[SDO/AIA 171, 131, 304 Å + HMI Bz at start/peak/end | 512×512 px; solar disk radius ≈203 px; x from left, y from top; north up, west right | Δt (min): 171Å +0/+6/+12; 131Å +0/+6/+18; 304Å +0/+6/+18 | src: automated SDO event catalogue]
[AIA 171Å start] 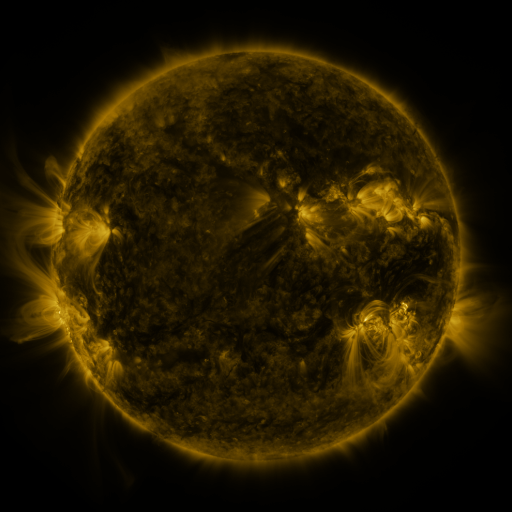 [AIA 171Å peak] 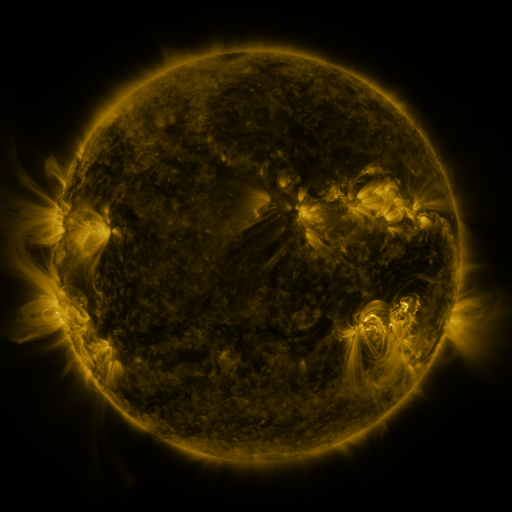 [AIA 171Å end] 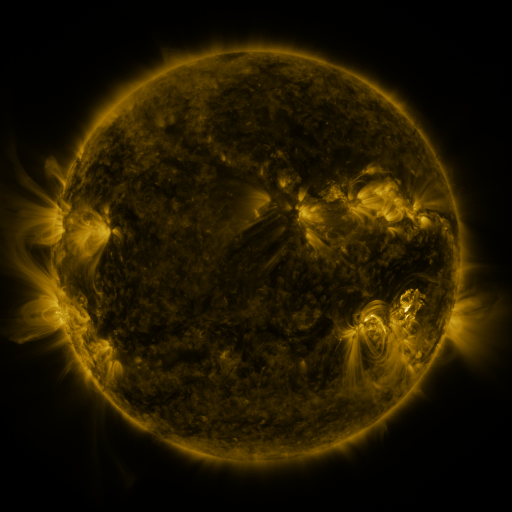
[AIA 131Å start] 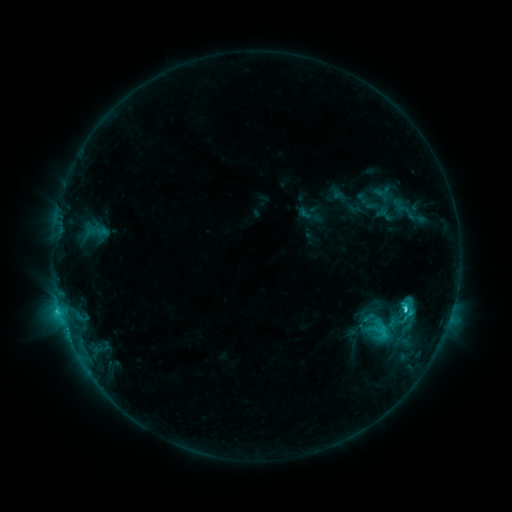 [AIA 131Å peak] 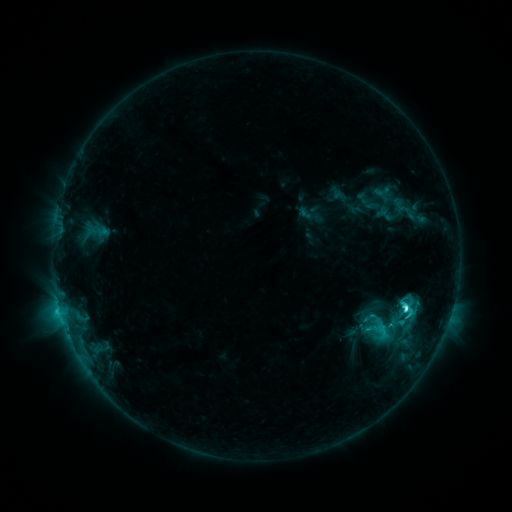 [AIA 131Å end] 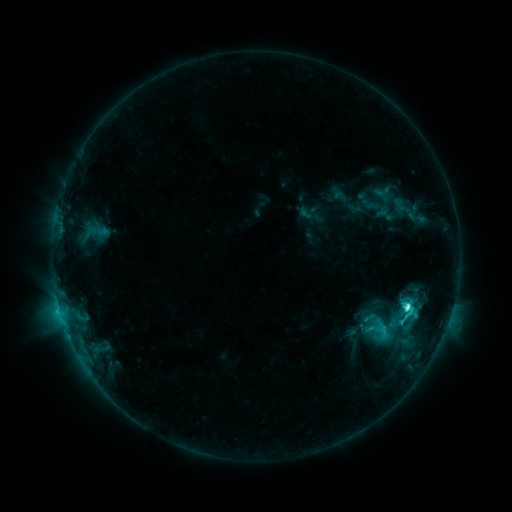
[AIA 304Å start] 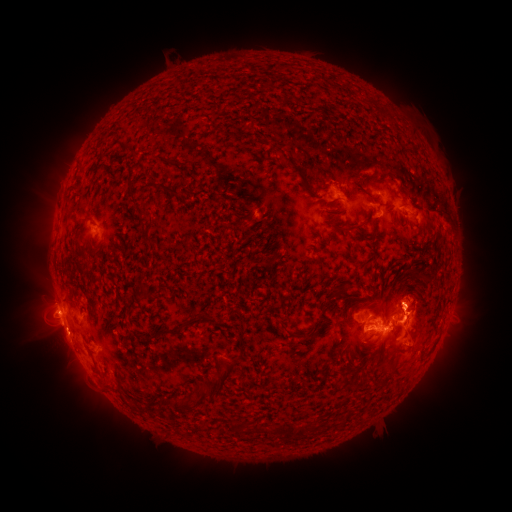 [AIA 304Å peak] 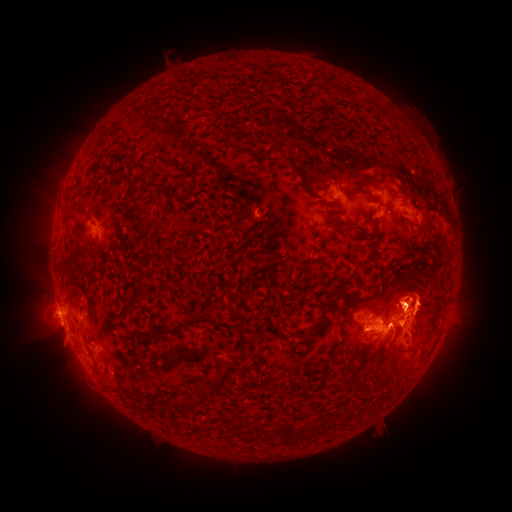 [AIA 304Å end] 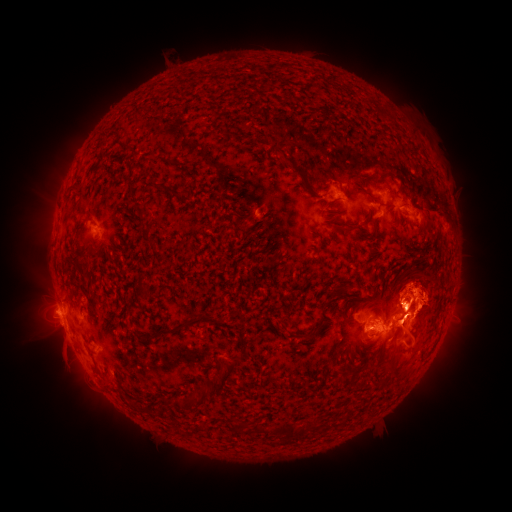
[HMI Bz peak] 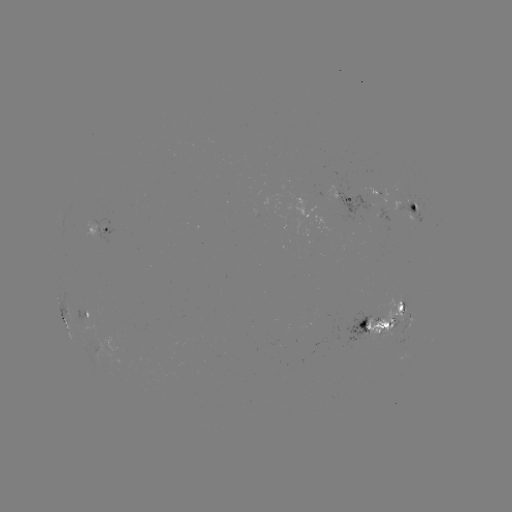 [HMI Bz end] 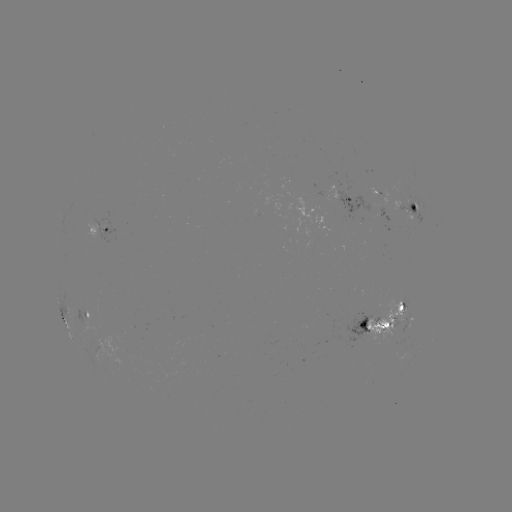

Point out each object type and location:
M1.0 flare: (404, 306)
